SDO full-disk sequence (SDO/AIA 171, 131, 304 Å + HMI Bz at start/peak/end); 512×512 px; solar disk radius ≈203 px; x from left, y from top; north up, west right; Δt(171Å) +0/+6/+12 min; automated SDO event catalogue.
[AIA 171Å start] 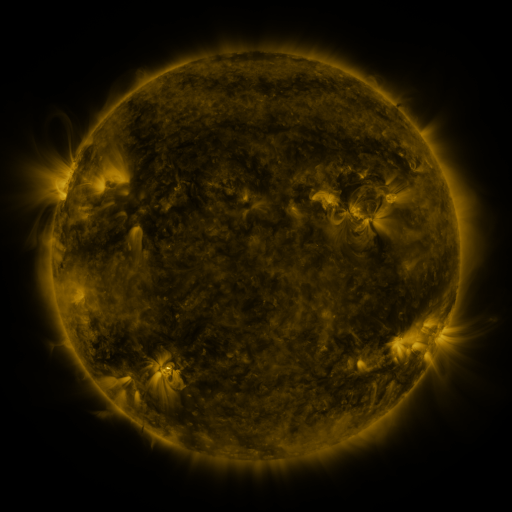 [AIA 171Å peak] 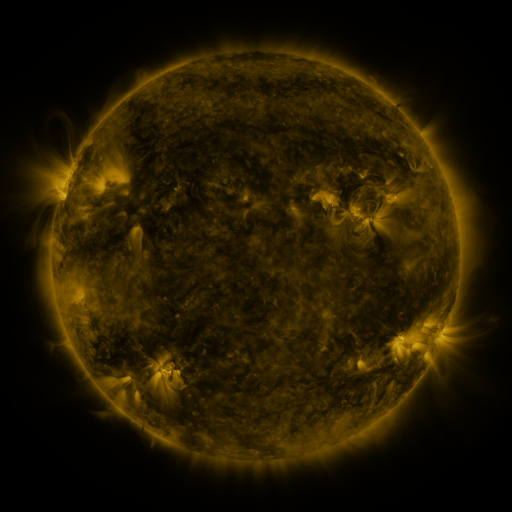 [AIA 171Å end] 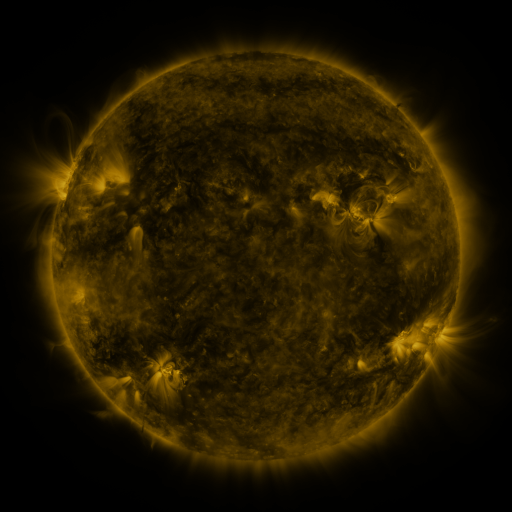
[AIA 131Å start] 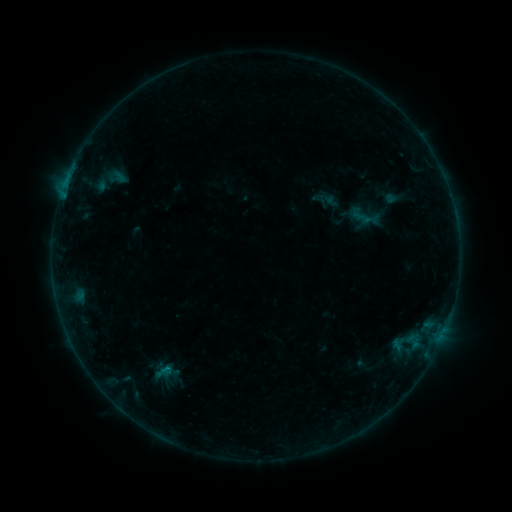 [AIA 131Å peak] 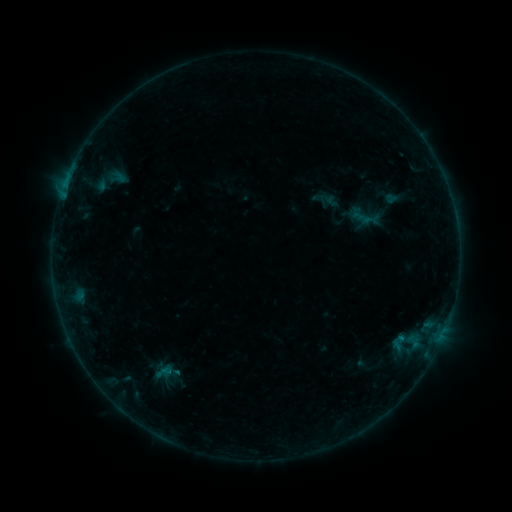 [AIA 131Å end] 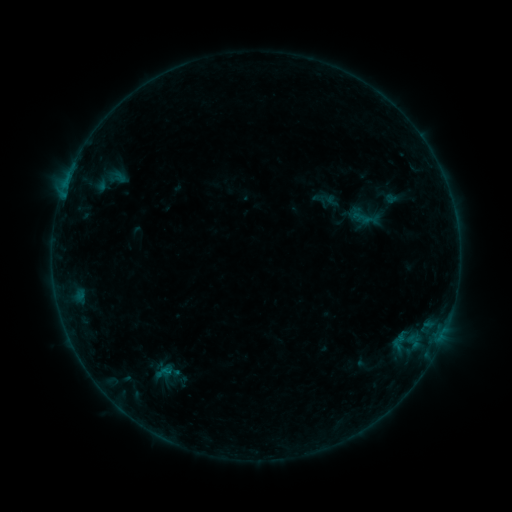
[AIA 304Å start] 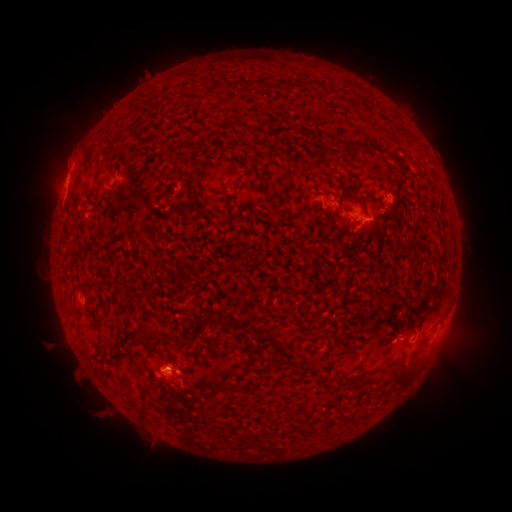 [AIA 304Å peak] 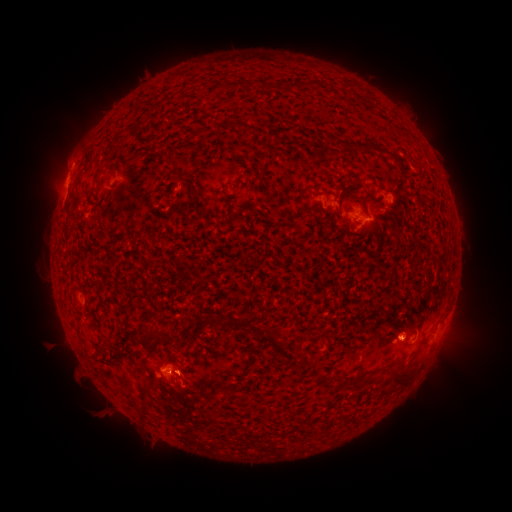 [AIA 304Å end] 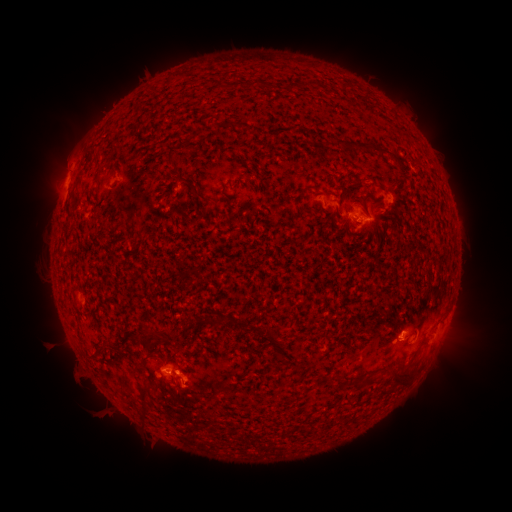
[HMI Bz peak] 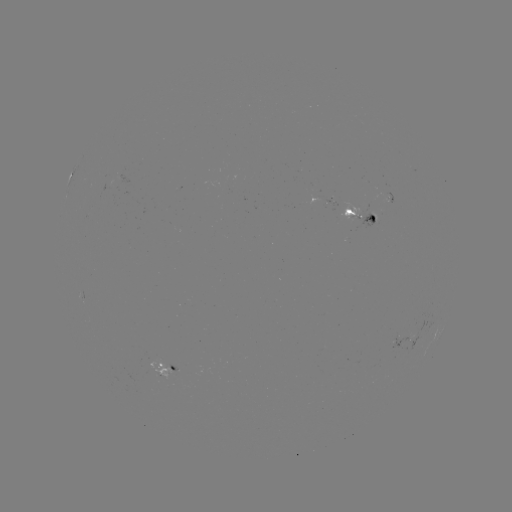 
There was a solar flare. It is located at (400, 338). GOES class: B3.8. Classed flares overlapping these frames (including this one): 1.